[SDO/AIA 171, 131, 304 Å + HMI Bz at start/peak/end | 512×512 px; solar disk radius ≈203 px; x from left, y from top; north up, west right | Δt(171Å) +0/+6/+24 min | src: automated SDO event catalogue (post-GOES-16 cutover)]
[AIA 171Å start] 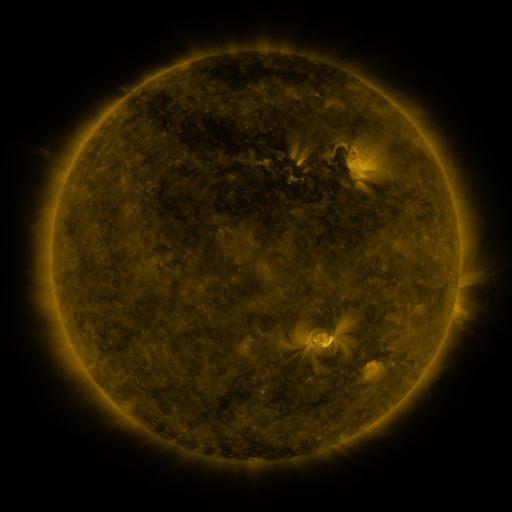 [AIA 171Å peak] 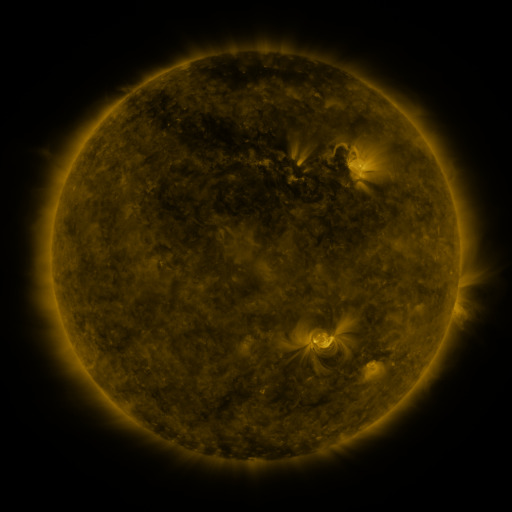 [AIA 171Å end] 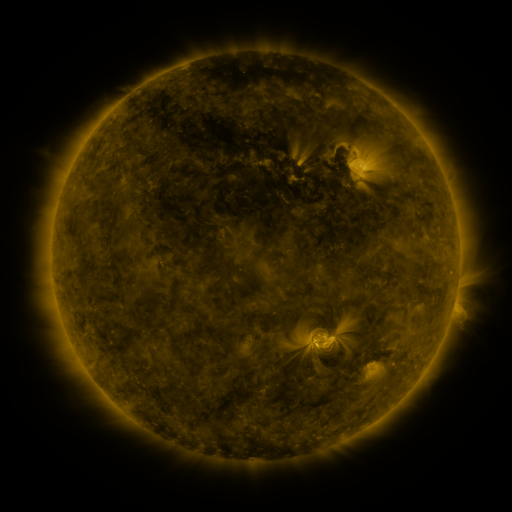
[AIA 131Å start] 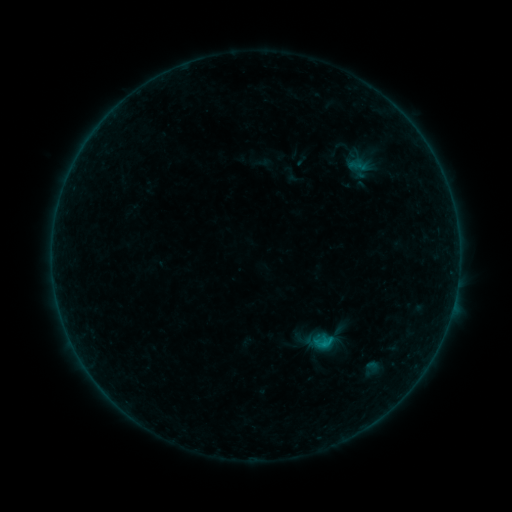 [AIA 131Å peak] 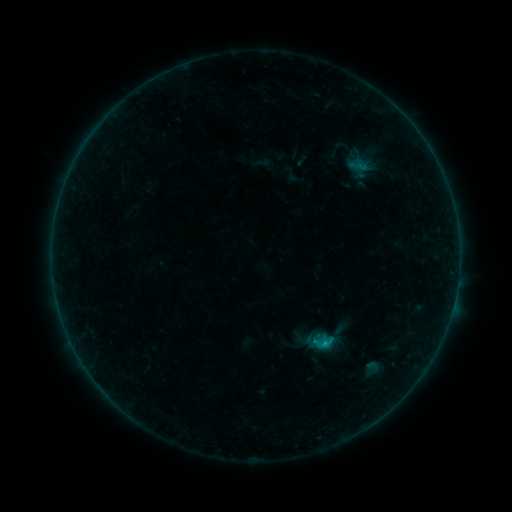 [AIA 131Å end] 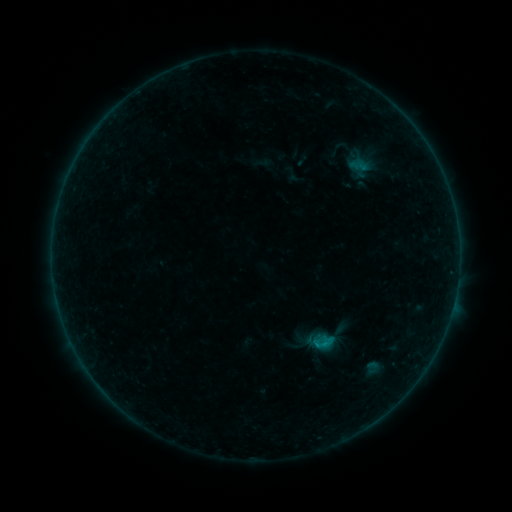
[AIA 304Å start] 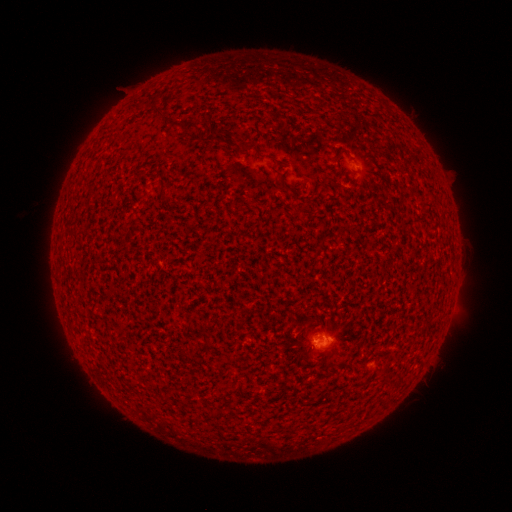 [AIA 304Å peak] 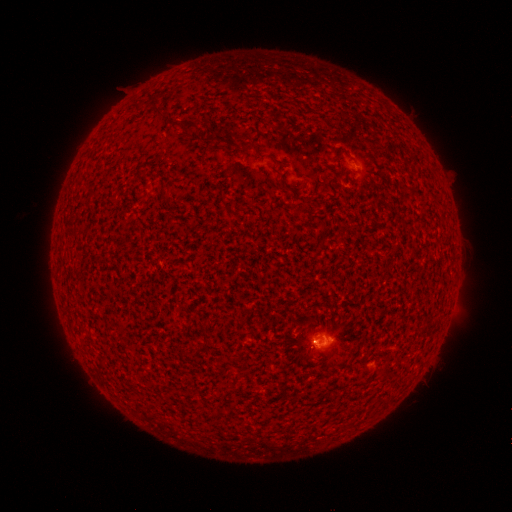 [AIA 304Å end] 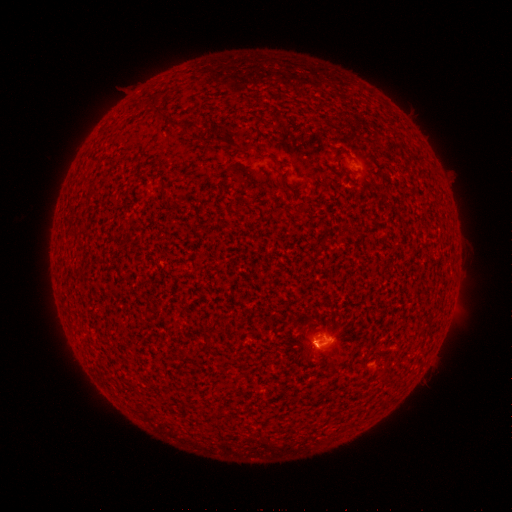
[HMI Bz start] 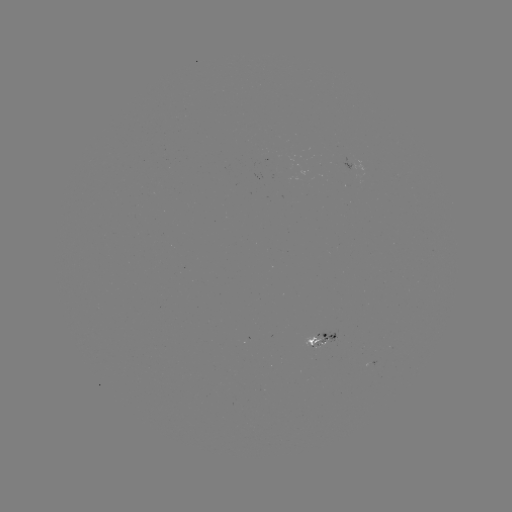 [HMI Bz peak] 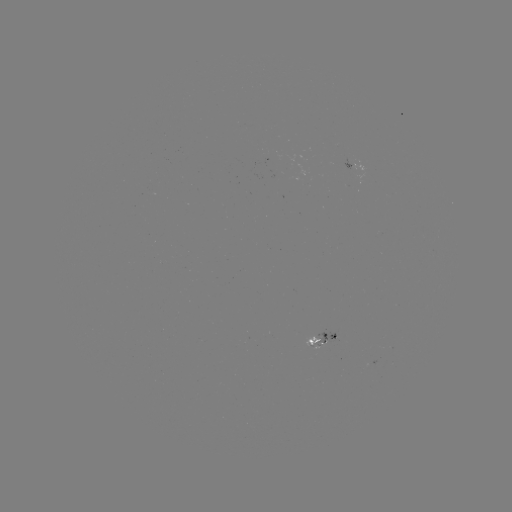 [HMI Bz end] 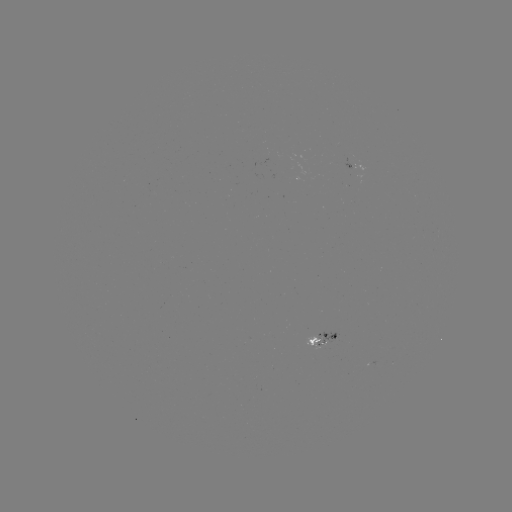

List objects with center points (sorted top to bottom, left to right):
B4.3 flare: (324, 343)
